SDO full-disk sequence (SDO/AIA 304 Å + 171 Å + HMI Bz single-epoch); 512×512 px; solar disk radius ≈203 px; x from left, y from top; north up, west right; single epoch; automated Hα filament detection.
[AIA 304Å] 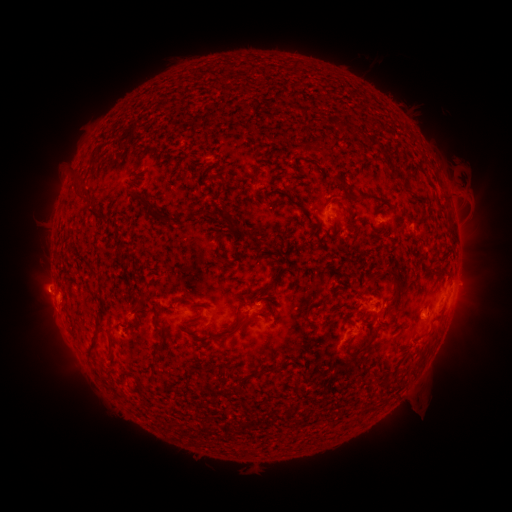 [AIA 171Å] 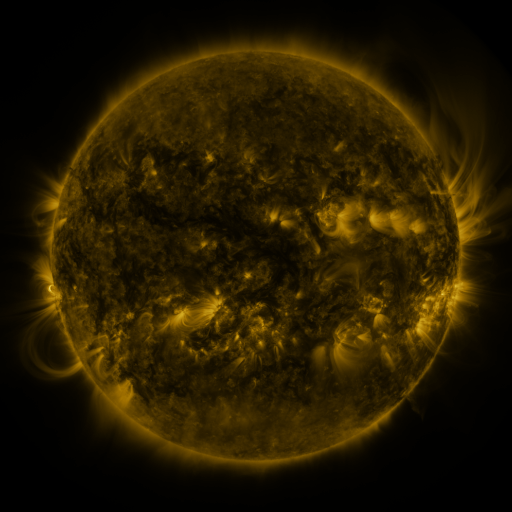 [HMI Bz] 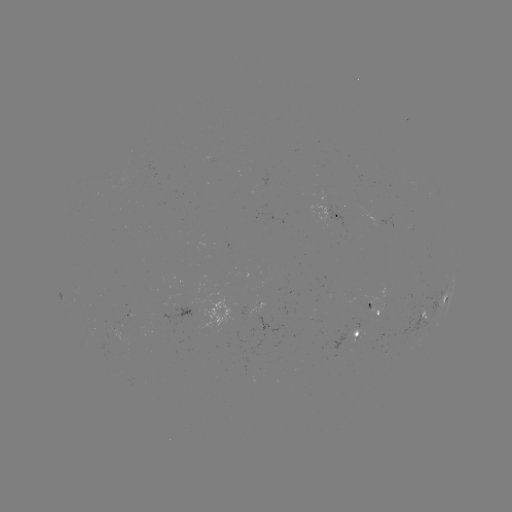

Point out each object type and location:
filament: (303, 109)
filament: (373, 141)
filament: (338, 177)
filament: (213, 178)
filament: (405, 184)
filament: (366, 194)
filament: (343, 198)
filament: (218, 215)
filament: (92, 217)
filament: (163, 220)
filament: (236, 227)
filament: (217, 252)
filament: (84, 263)
filament: (439, 268)
filament: (398, 286)
filament: (267, 289)
filament: (335, 292)
filament: (143, 302)
filament: (365, 312)
filament: (240, 319)
filament: (130, 330)
filament: (431, 333)
filament: (364, 347)
filament: (113, 349)
filament: (265, 374)
filament: (130, 377)
filament: (385, 379)
filament: (143, 393)
filament: (375, 405)
